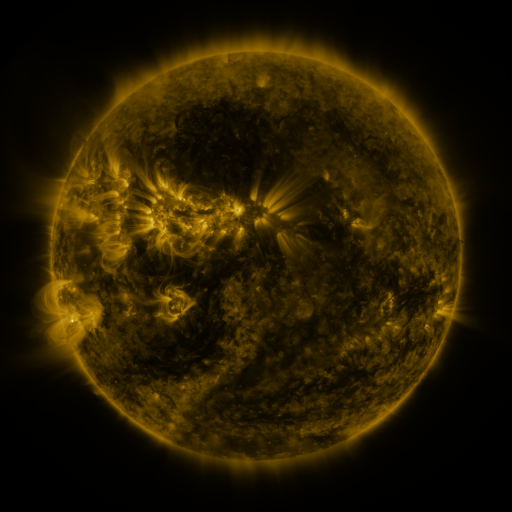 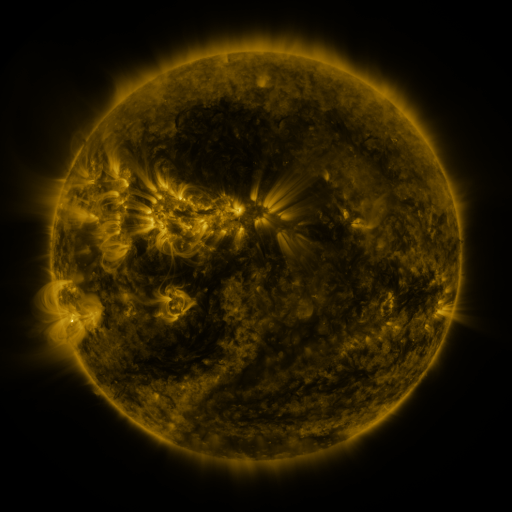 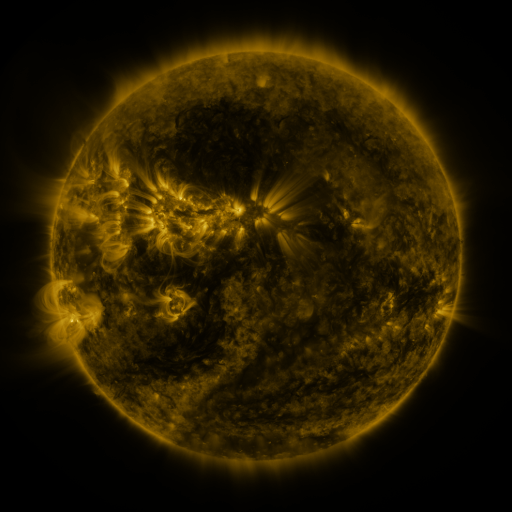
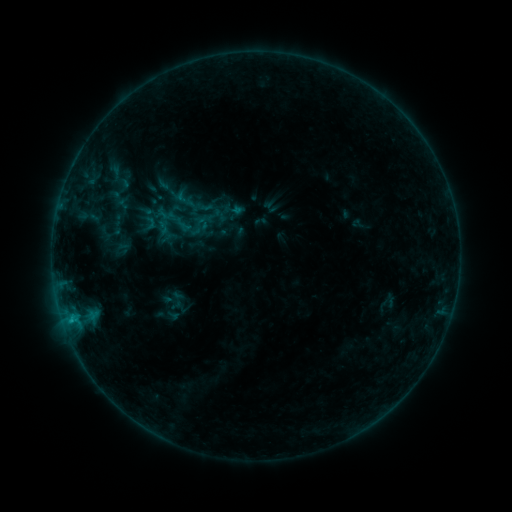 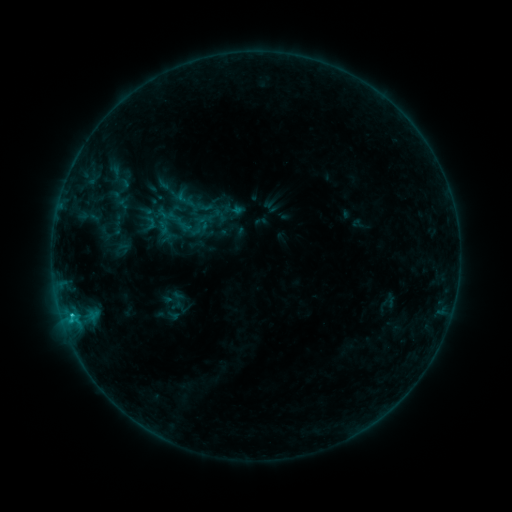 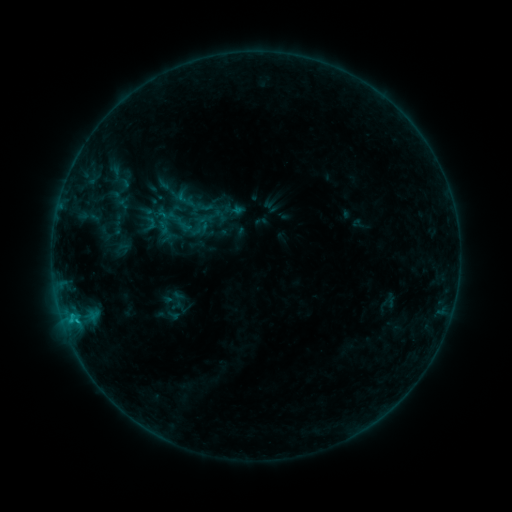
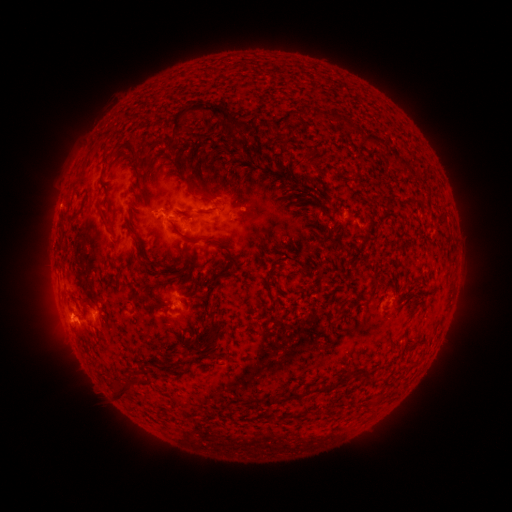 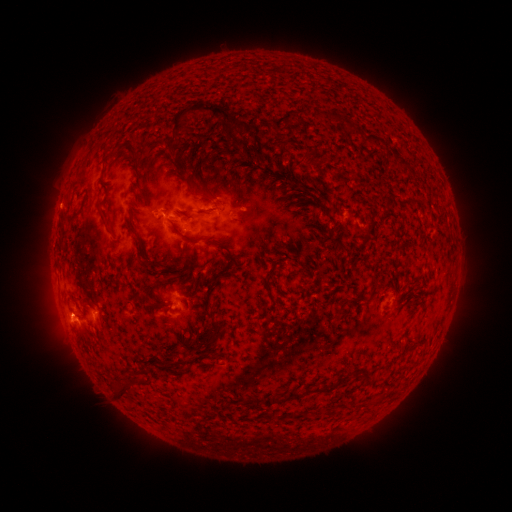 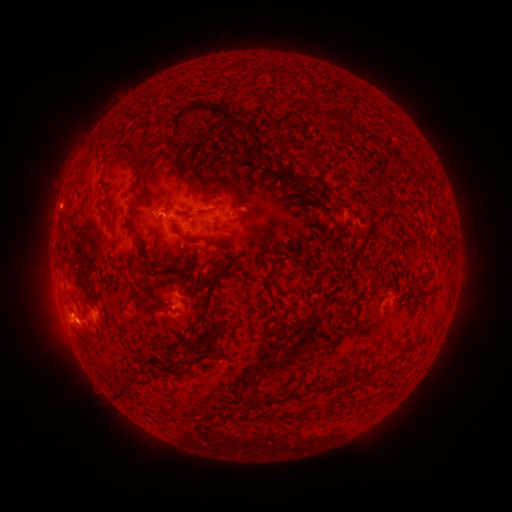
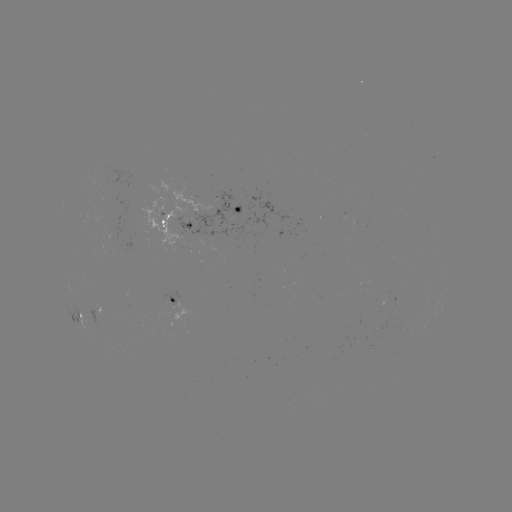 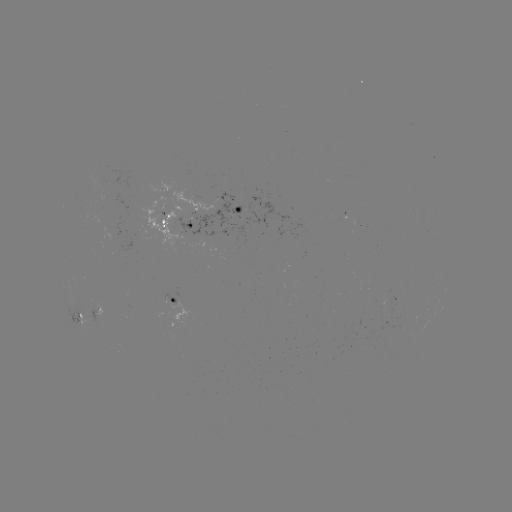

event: flare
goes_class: B7.6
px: (72, 312)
